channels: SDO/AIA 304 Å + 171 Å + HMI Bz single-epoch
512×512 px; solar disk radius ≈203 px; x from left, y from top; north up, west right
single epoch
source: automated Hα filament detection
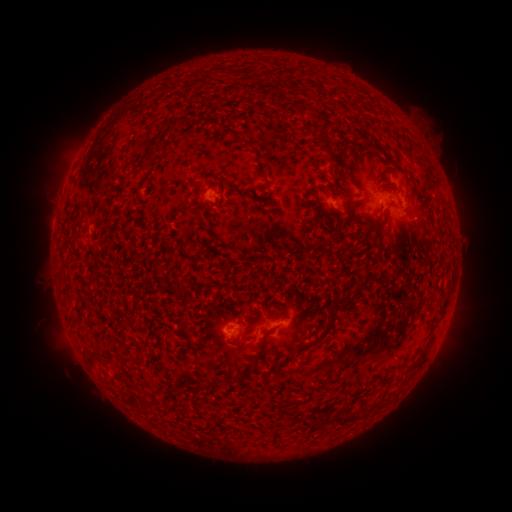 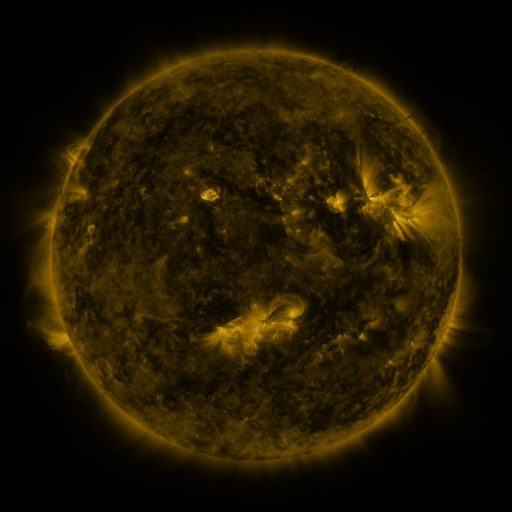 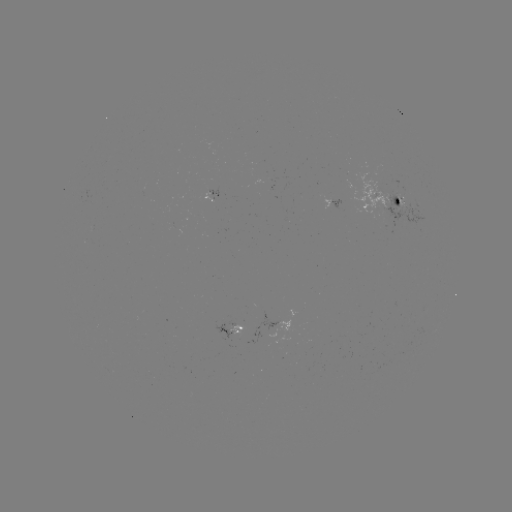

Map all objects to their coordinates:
filament: (211, 73)
filament: (270, 74)
filament: (162, 130)
filament: (150, 155)
filament: (334, 161)
filament: (392, 170)
filament: (341, 181)
filament: (344, 194)
filament: (139, 198)
filament: (377, 228)
filament: (348, 247)
filament: (207, 251)
filament: (179, 276)
filament: (342, 300)
filament: (443, 309)
filament: (320, 338)
filament: (125, 361)
filament: (256, 361)
filament: (420, 362)
filament: (178, 391)
filament: (338, 418)
